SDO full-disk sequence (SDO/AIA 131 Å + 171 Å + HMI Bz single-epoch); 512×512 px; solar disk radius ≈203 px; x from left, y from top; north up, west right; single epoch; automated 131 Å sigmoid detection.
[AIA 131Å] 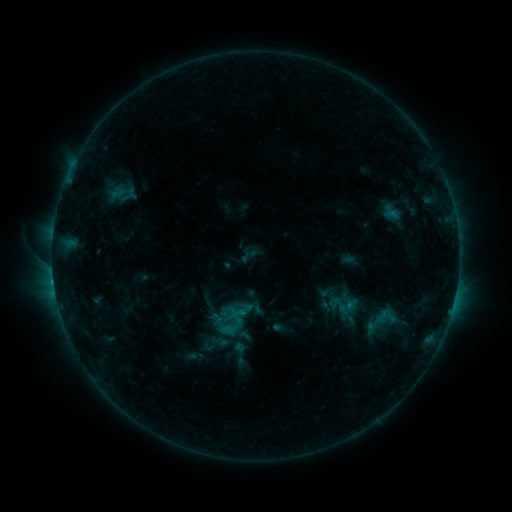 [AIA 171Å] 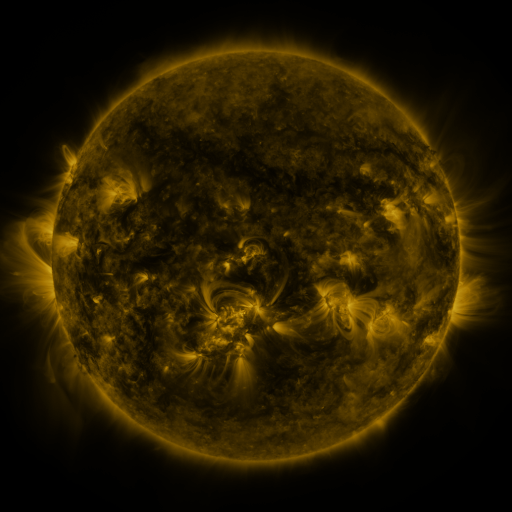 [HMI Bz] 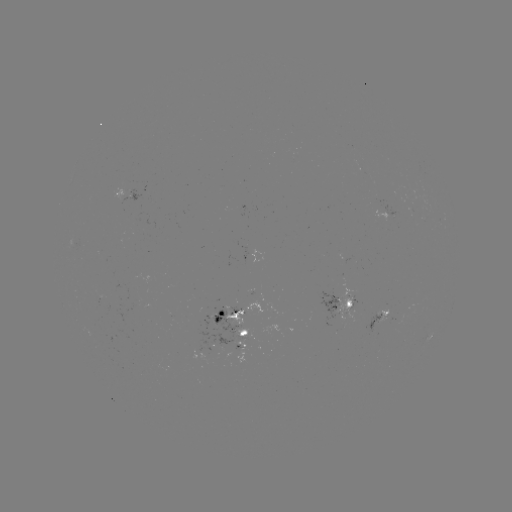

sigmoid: (326, 288, 359, 321)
